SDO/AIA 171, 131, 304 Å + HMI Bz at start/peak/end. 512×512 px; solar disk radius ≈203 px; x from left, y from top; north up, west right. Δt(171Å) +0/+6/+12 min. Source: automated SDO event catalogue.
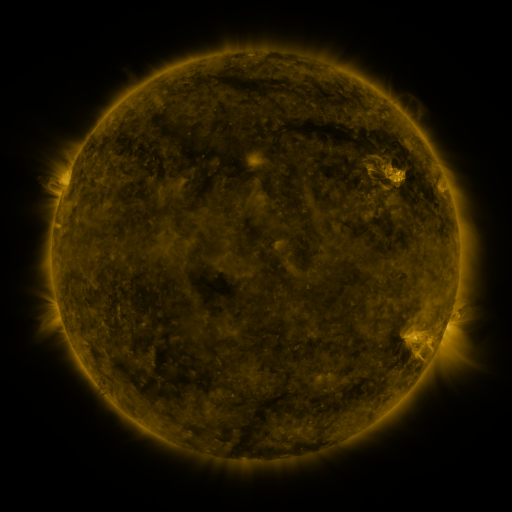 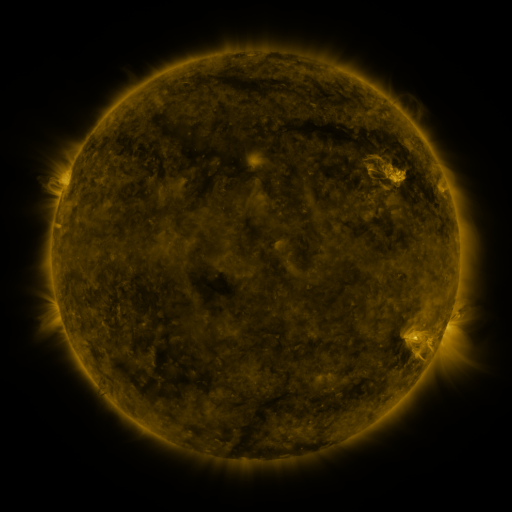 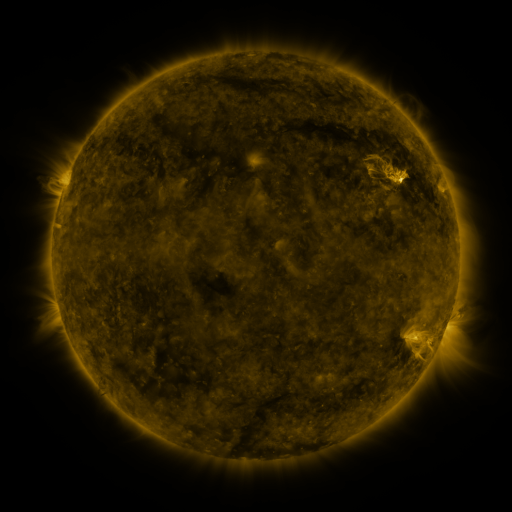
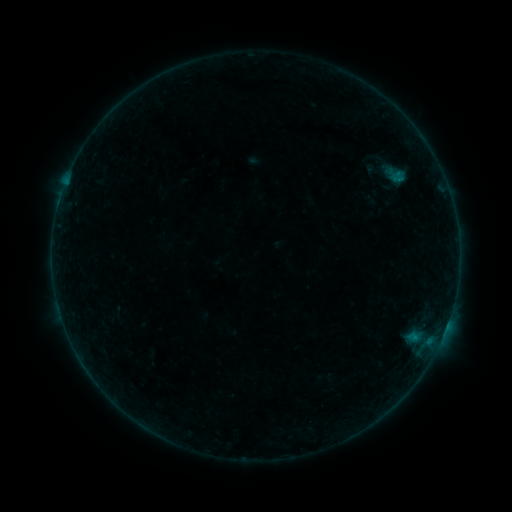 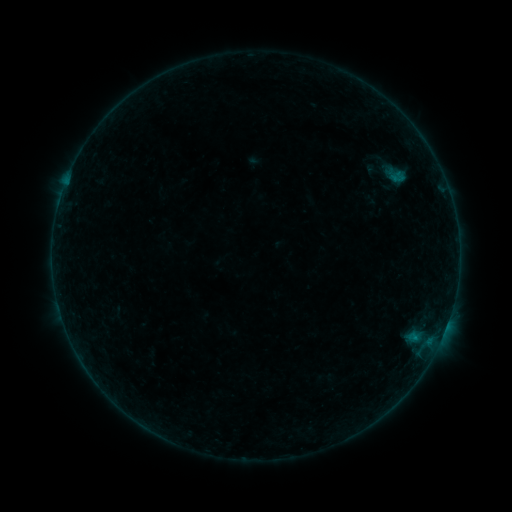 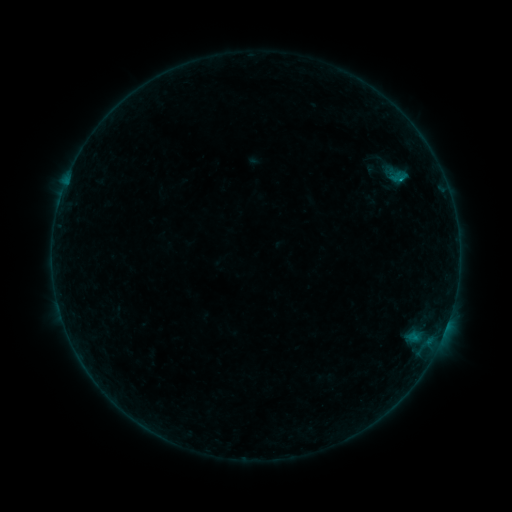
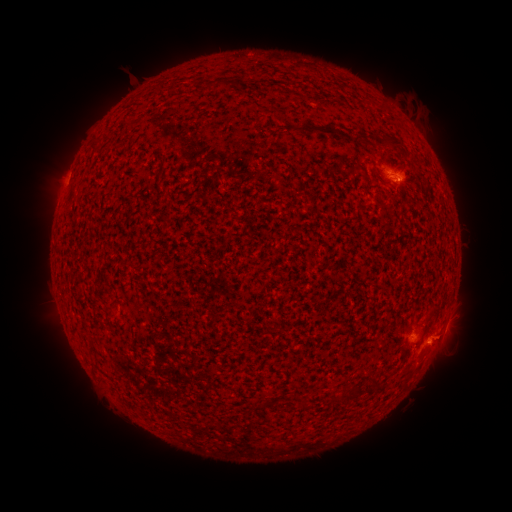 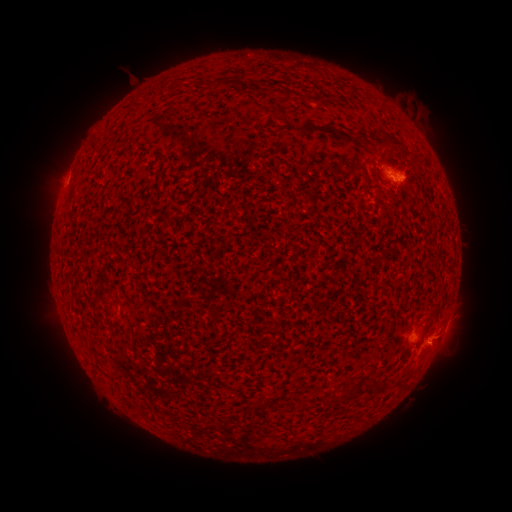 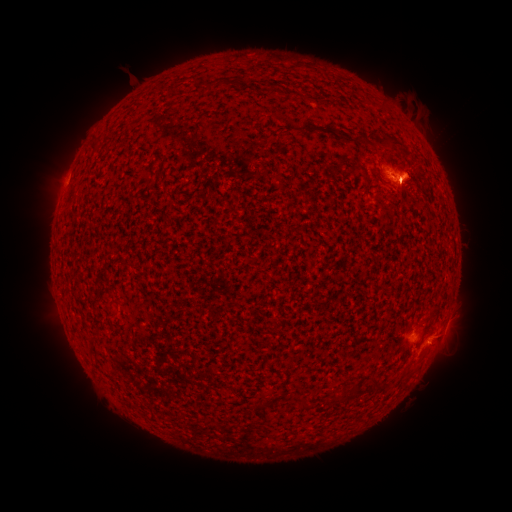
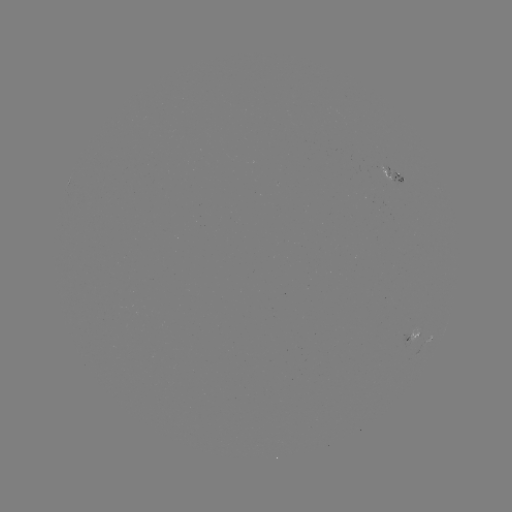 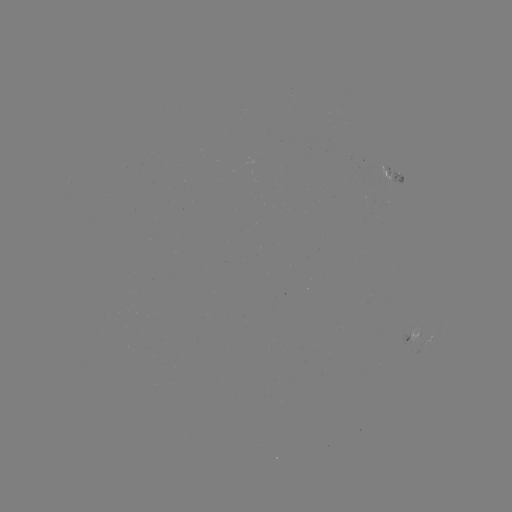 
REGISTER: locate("eruption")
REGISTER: (413, 183)